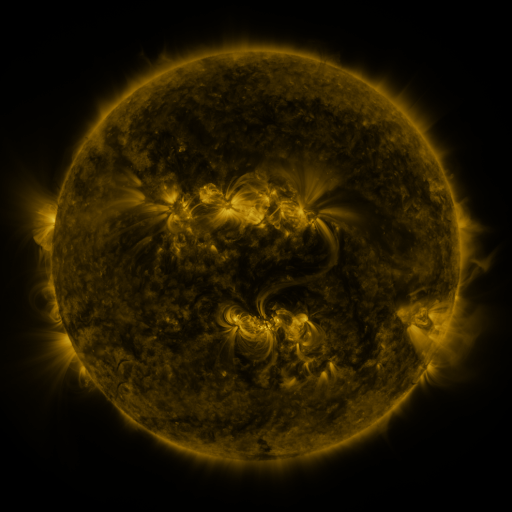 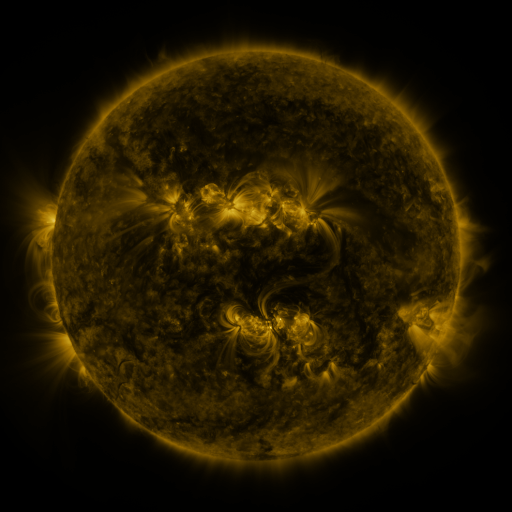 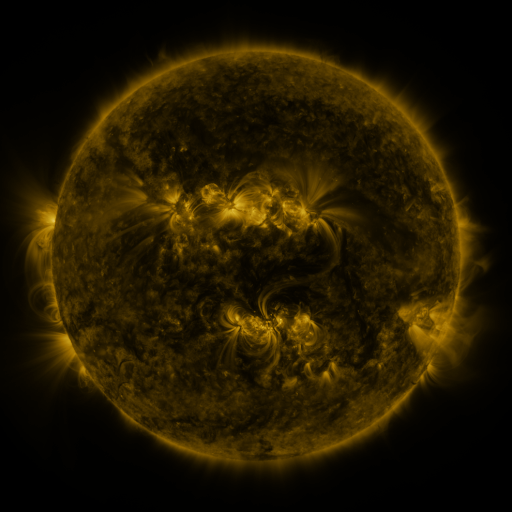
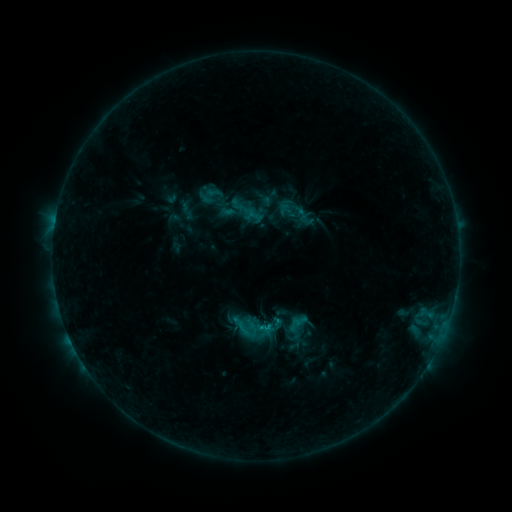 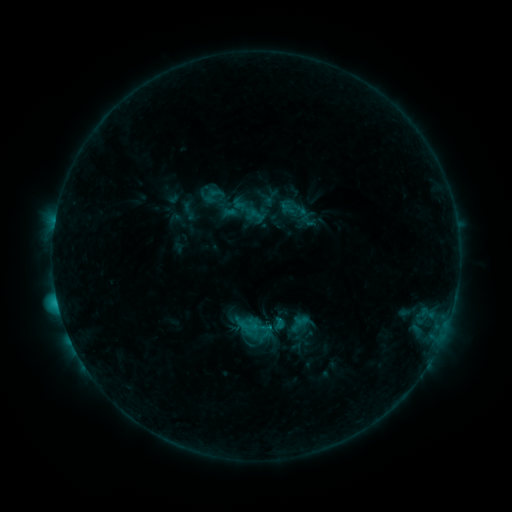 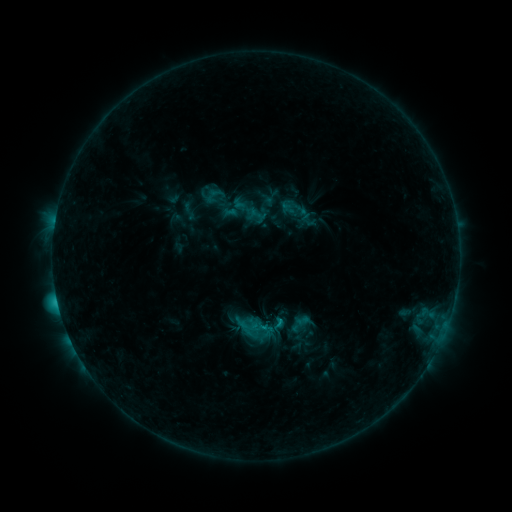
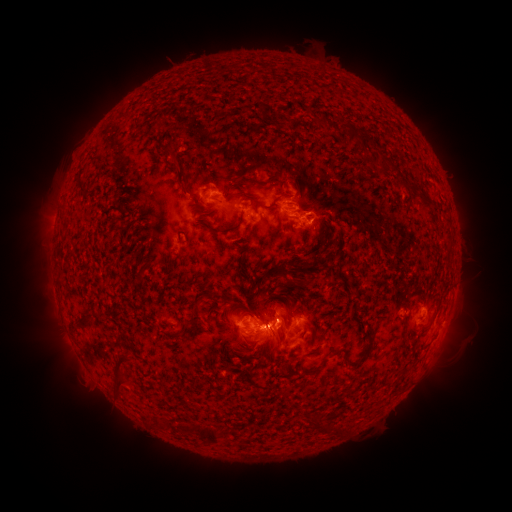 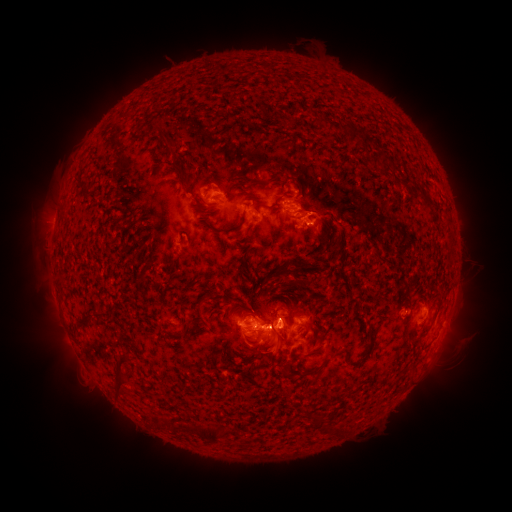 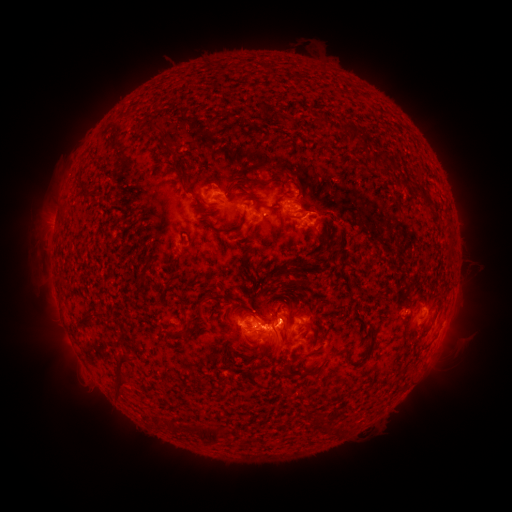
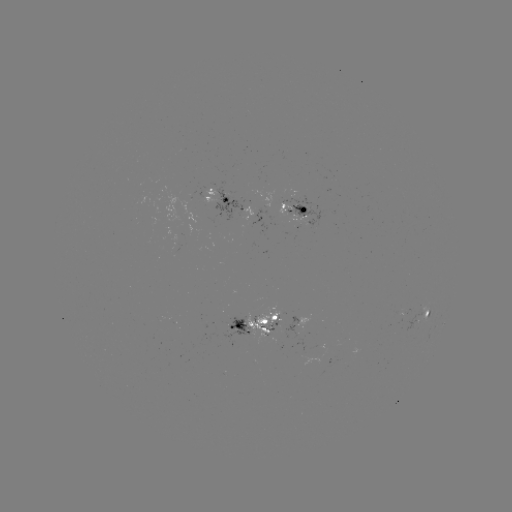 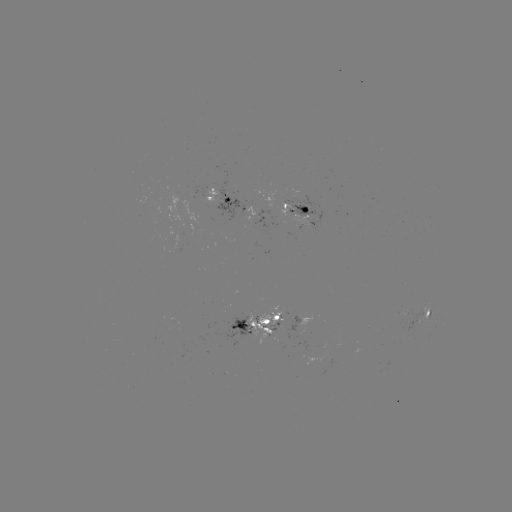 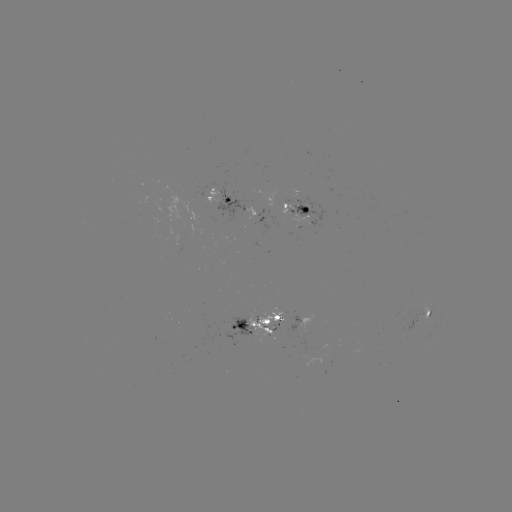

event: emerging-flux region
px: (300, 201)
